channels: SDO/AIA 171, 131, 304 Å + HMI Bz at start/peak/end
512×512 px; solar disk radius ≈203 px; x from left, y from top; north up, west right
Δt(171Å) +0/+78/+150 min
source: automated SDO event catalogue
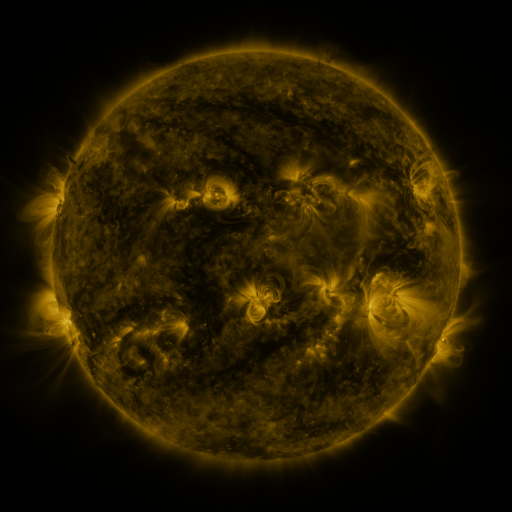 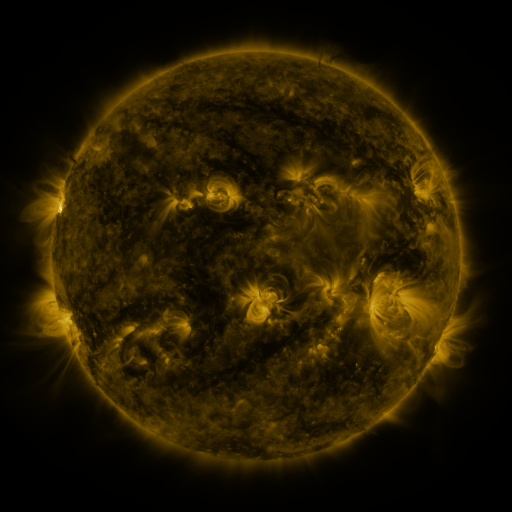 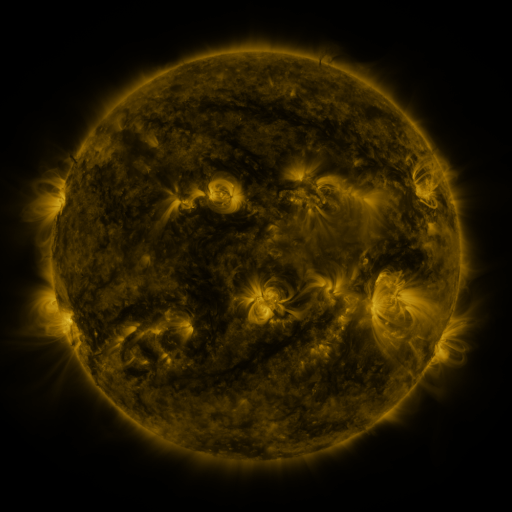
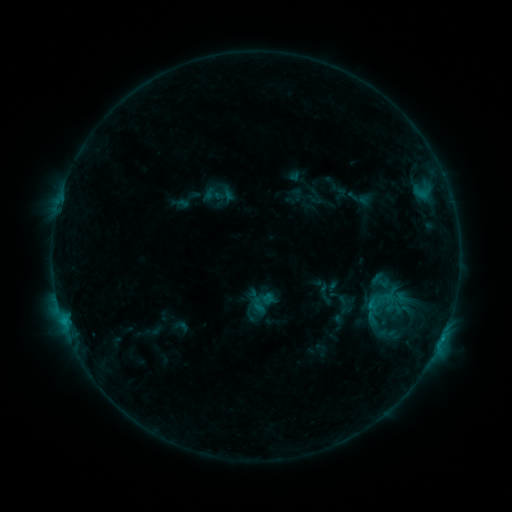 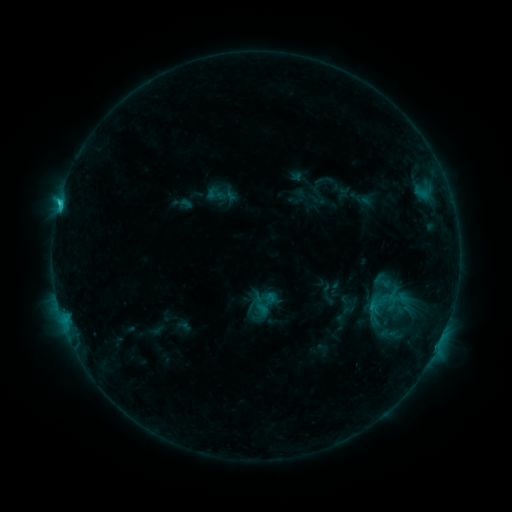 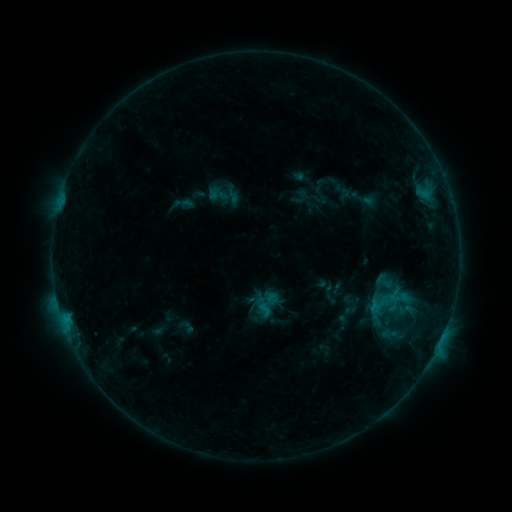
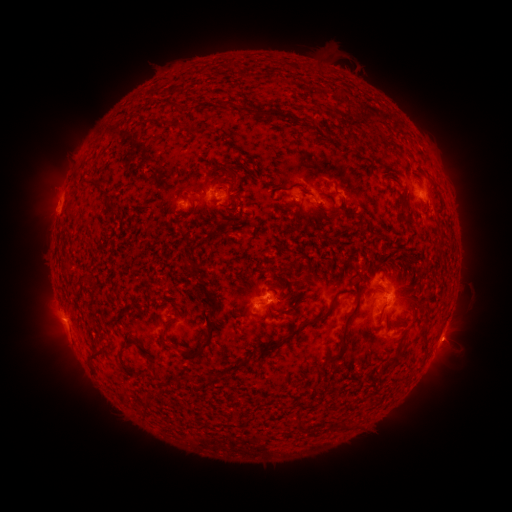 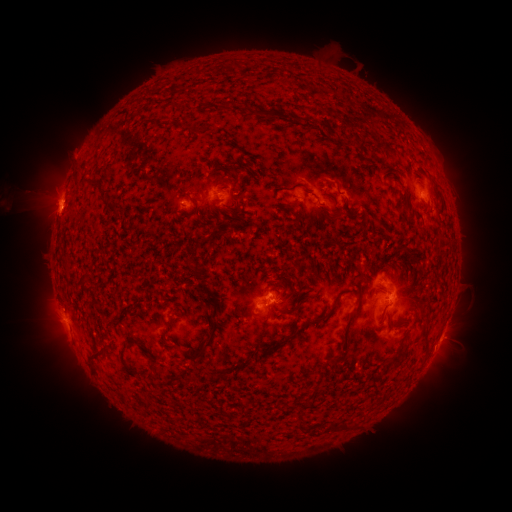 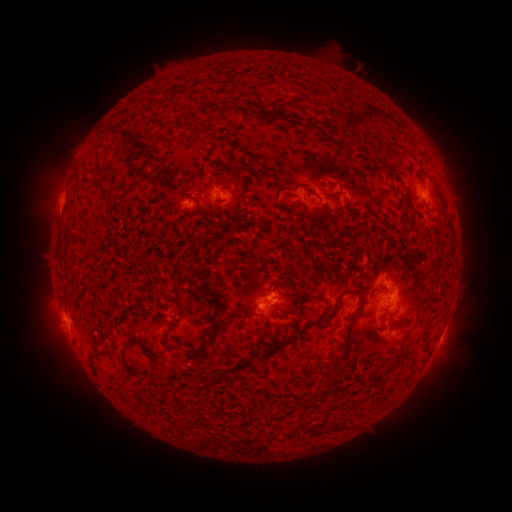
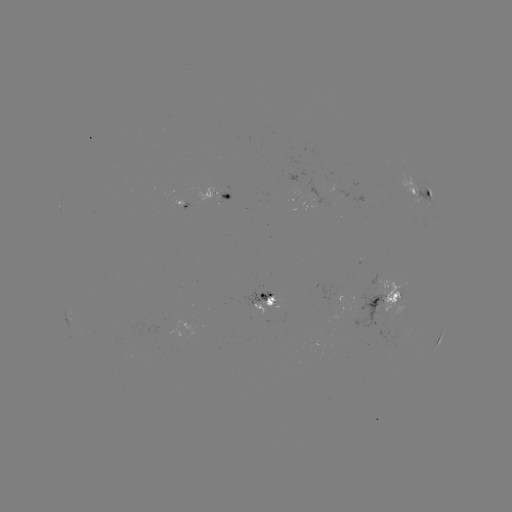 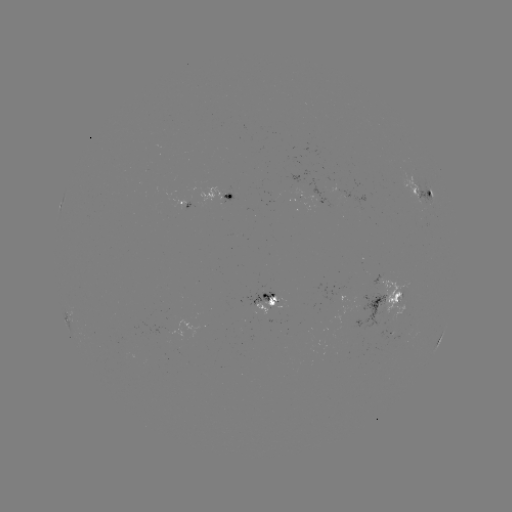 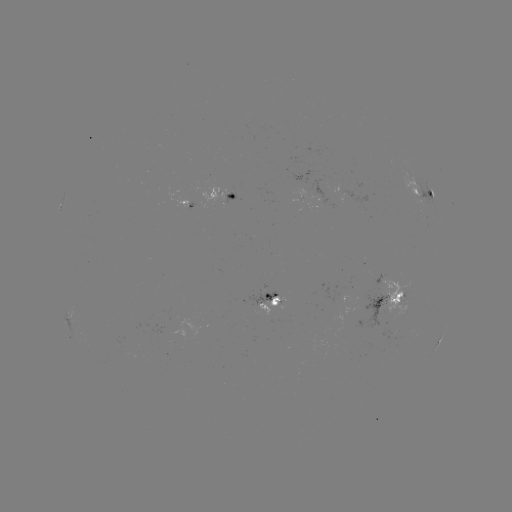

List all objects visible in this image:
filament eruption: (38, 203)
